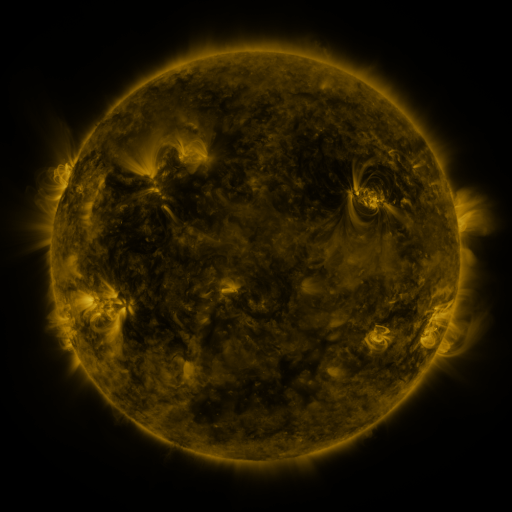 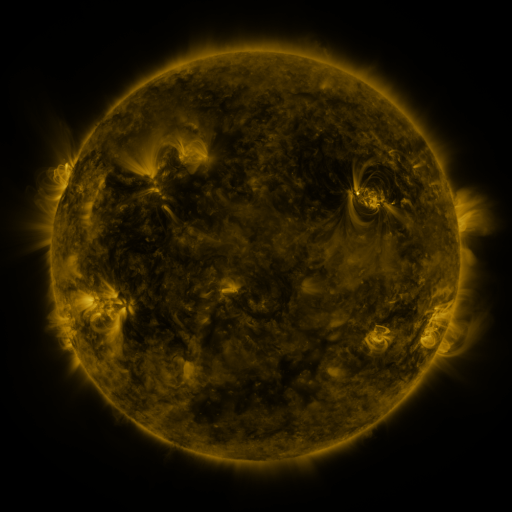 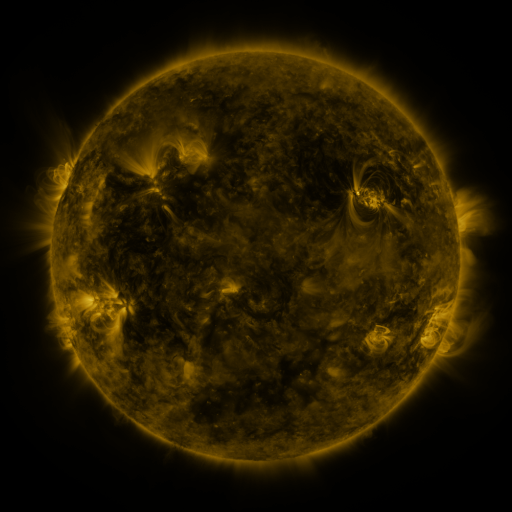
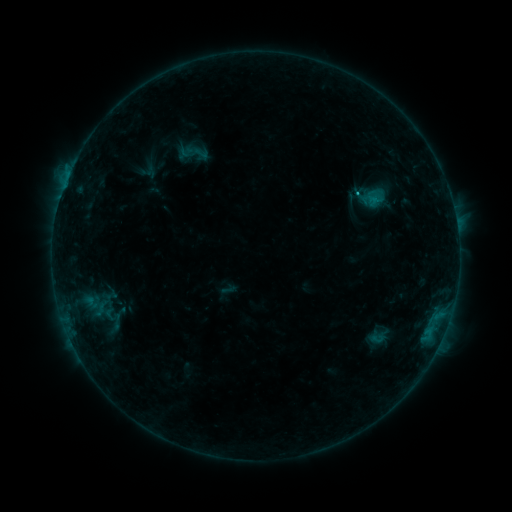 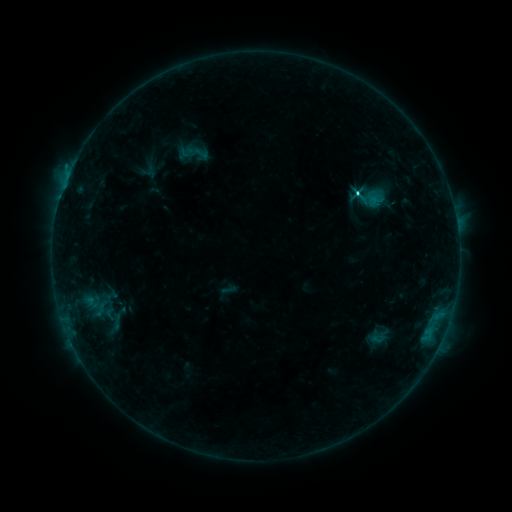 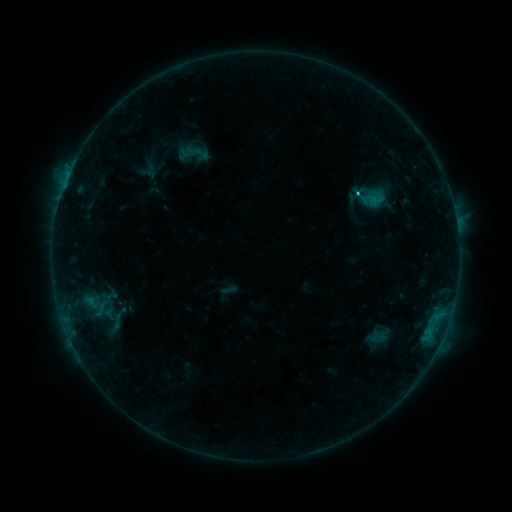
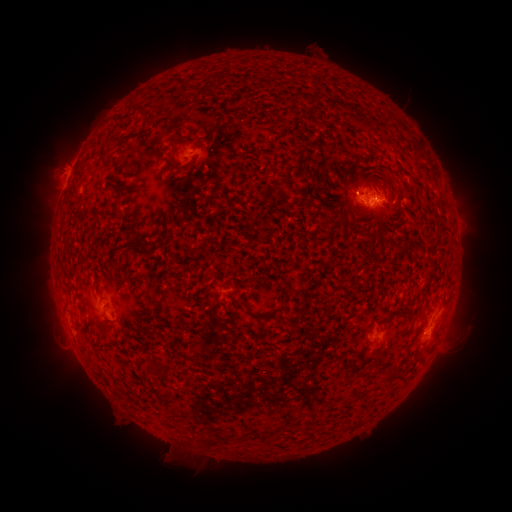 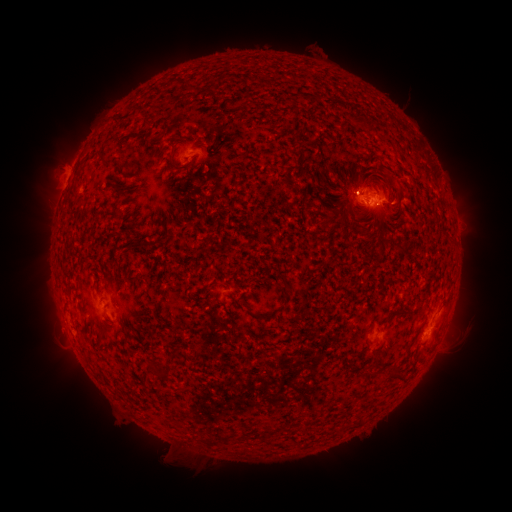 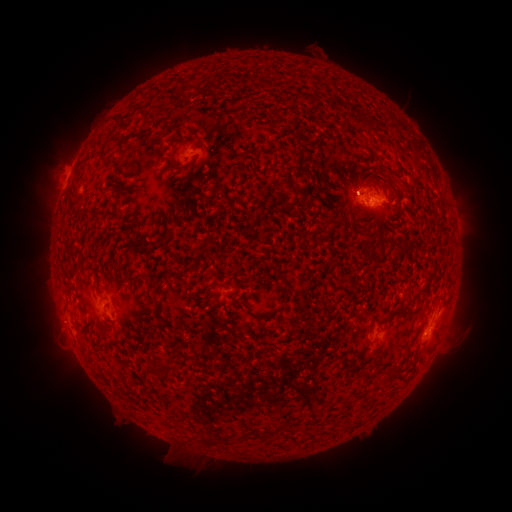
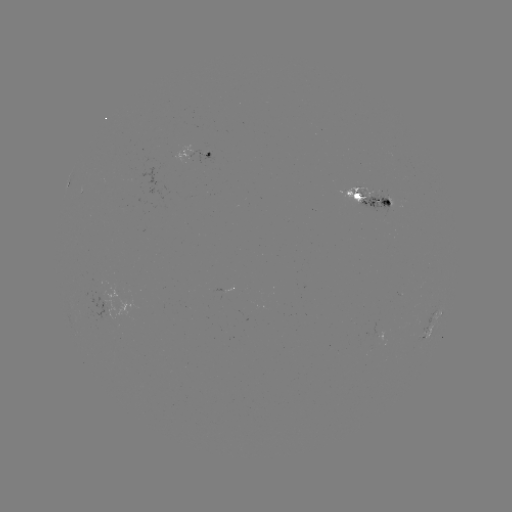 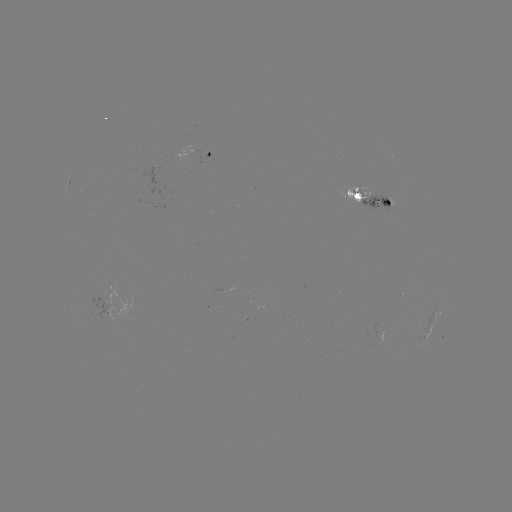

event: flare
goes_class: C2.9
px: (355, 195)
